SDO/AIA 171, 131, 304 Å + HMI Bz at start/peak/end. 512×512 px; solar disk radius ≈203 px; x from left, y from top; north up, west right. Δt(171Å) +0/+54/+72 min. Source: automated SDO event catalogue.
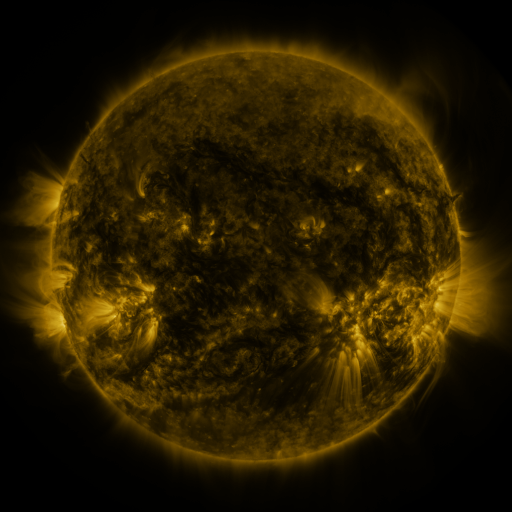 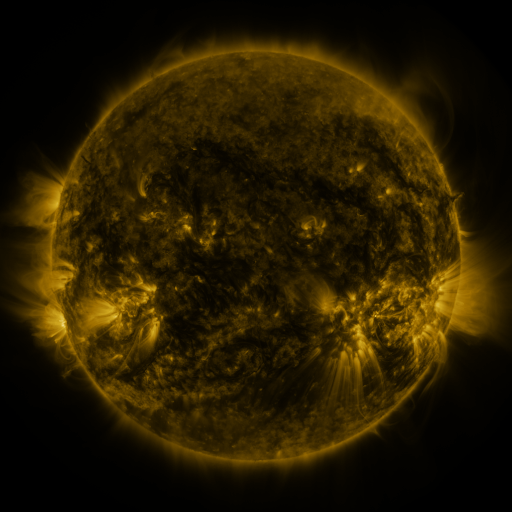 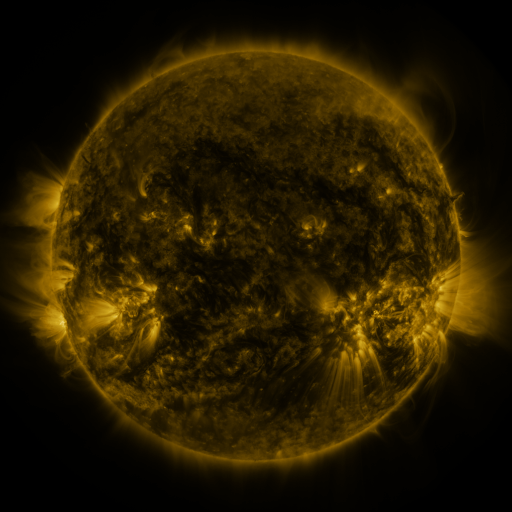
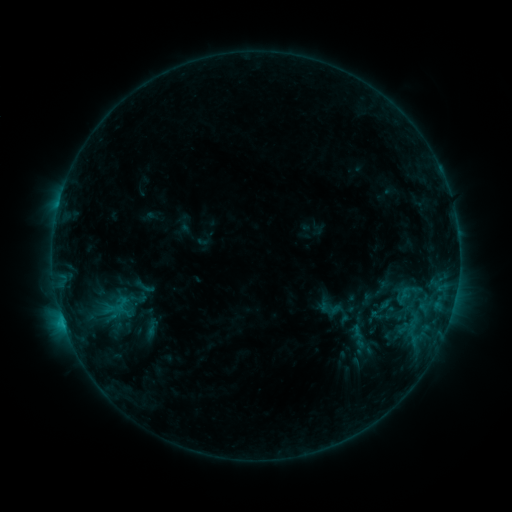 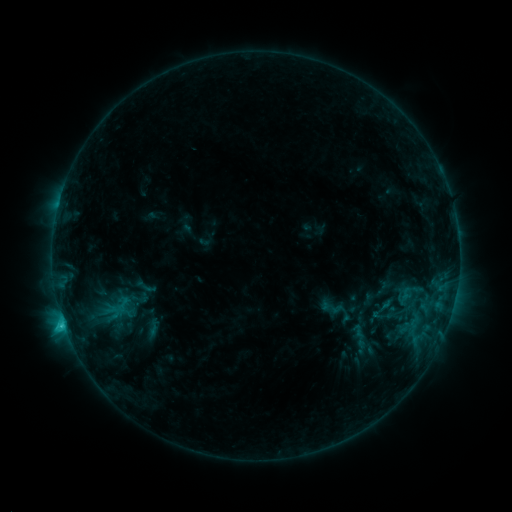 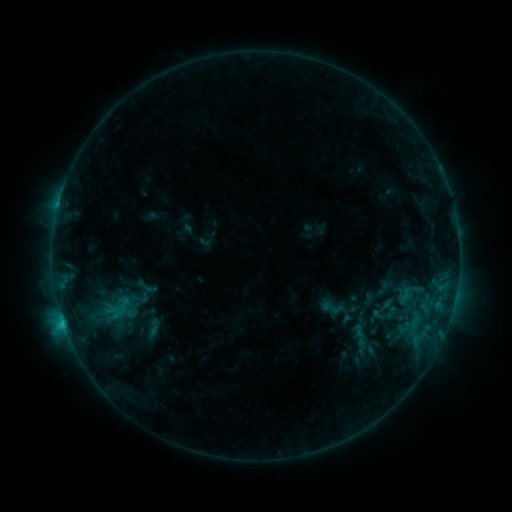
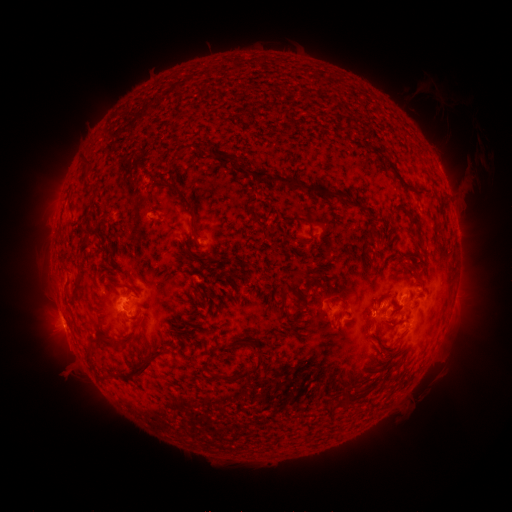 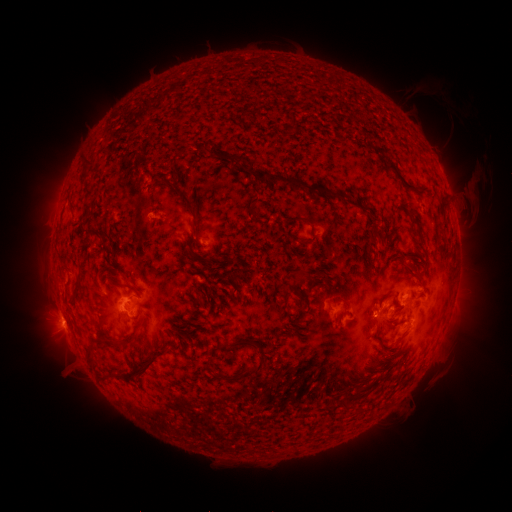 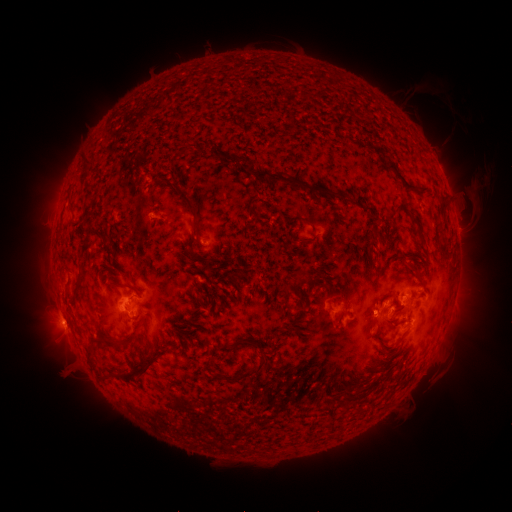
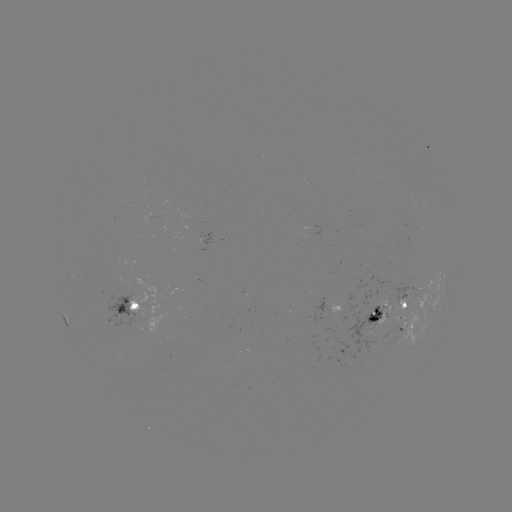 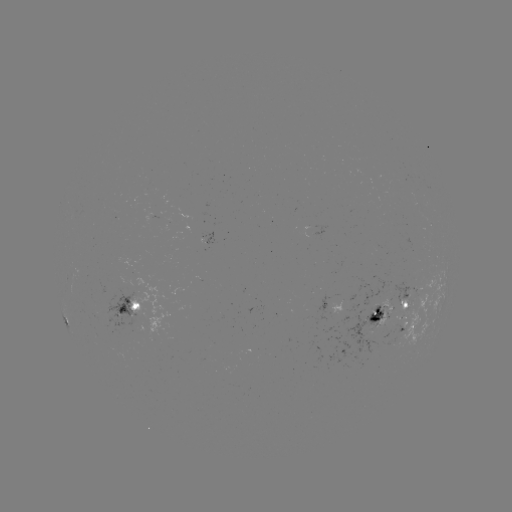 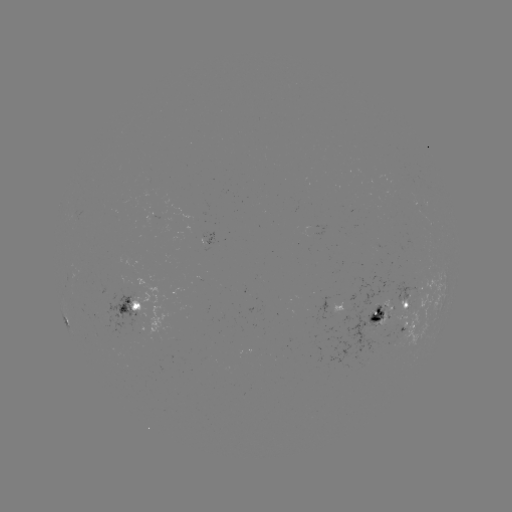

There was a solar flare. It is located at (65, 323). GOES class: C2.0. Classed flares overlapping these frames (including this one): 1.